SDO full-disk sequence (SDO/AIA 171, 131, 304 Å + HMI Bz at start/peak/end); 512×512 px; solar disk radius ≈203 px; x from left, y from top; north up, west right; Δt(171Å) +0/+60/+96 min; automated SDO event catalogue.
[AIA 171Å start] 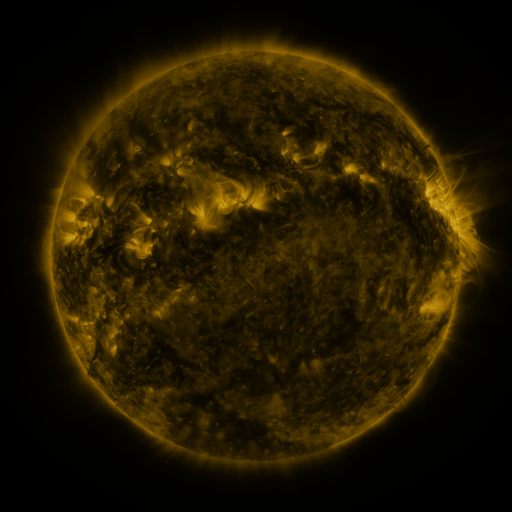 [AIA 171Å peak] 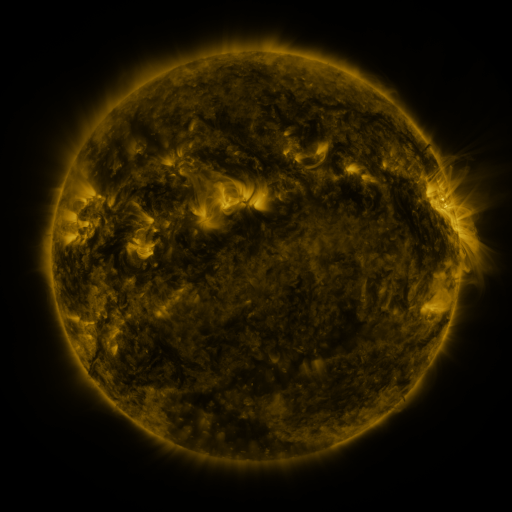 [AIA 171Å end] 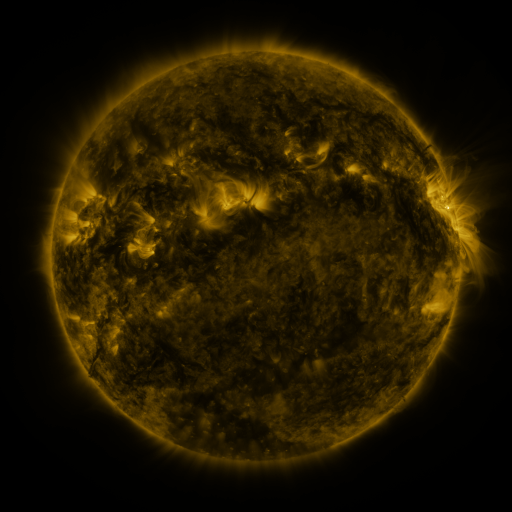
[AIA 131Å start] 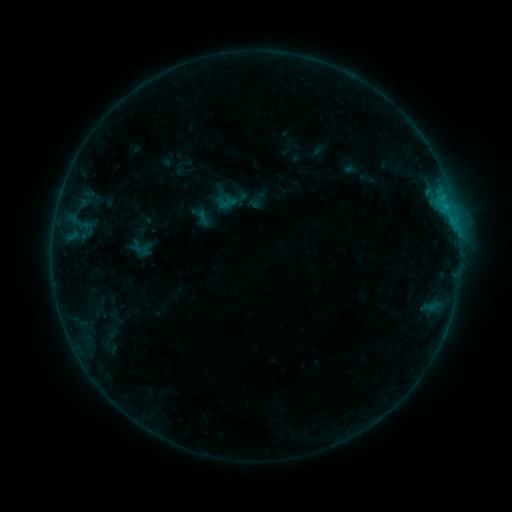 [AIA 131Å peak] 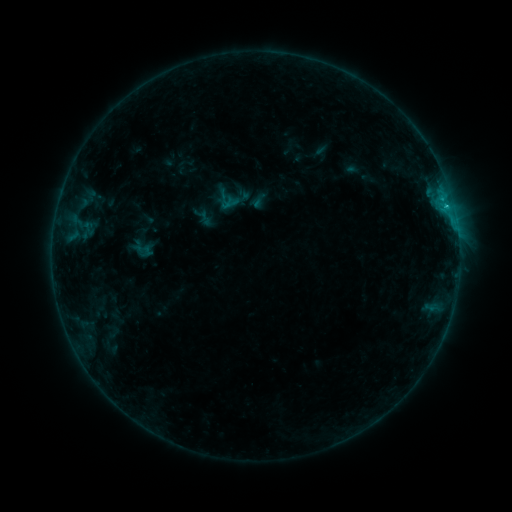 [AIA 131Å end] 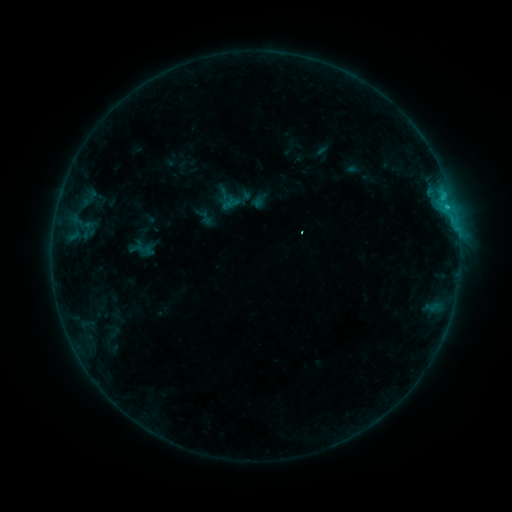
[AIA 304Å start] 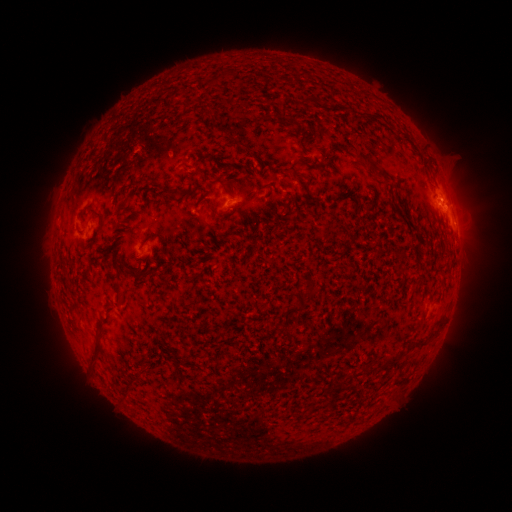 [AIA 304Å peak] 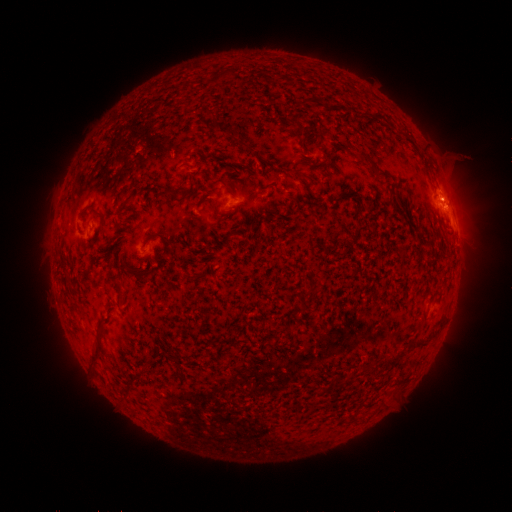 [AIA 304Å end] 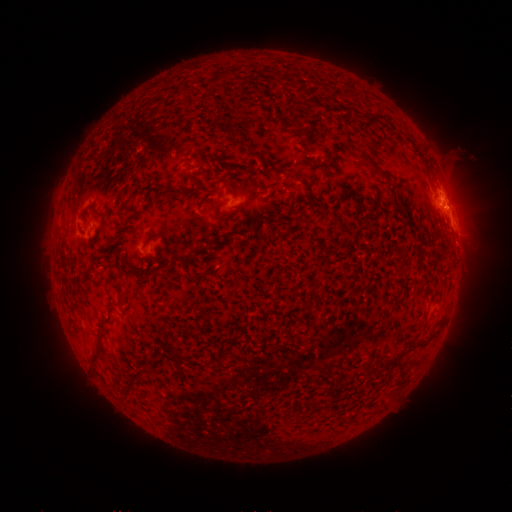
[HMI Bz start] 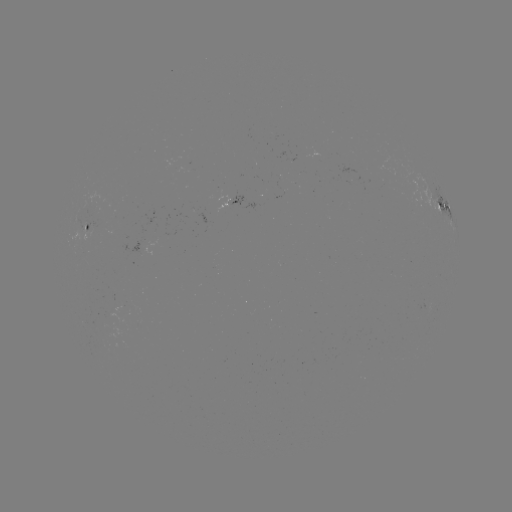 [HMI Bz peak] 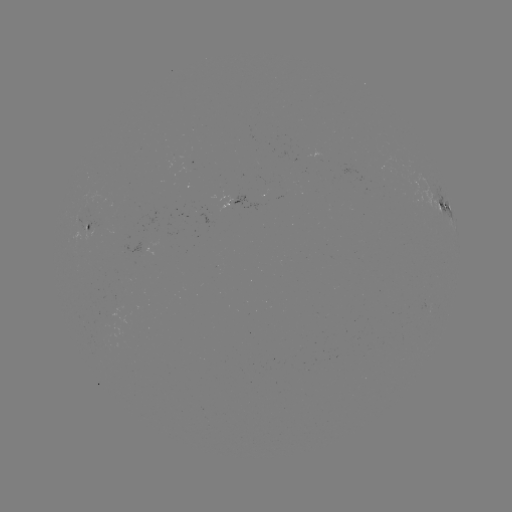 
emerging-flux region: (141, 228, 160, 254)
